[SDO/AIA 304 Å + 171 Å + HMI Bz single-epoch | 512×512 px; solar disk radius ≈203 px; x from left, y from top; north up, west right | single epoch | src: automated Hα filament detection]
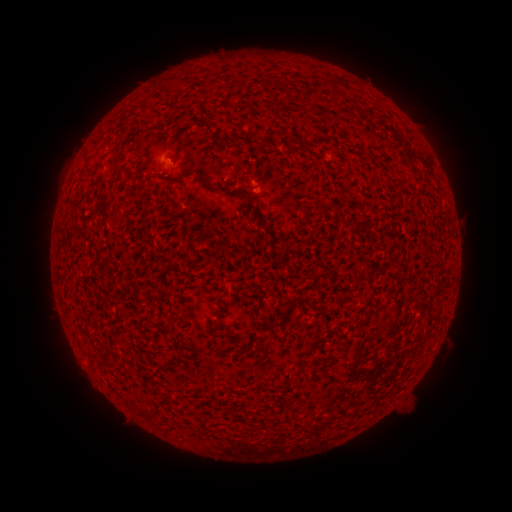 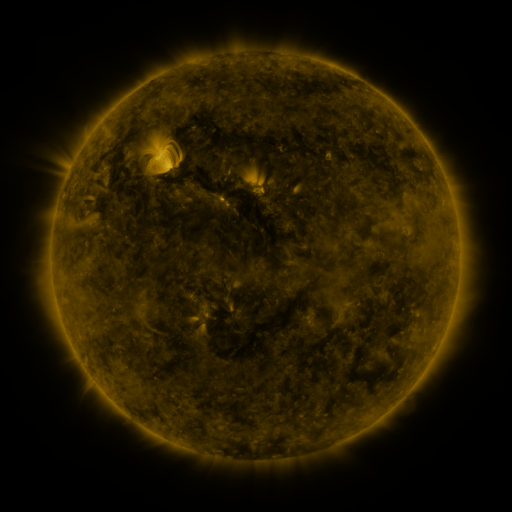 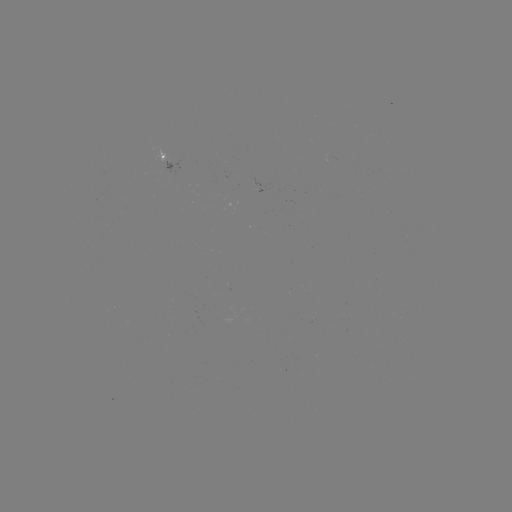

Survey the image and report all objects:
filament: (208, 125)
filament: (293, 142)
filament: (312, 146)
filament: (118, 162)
filament: (202, 177)
filament: (248, 196)
filament: (269, 327)
